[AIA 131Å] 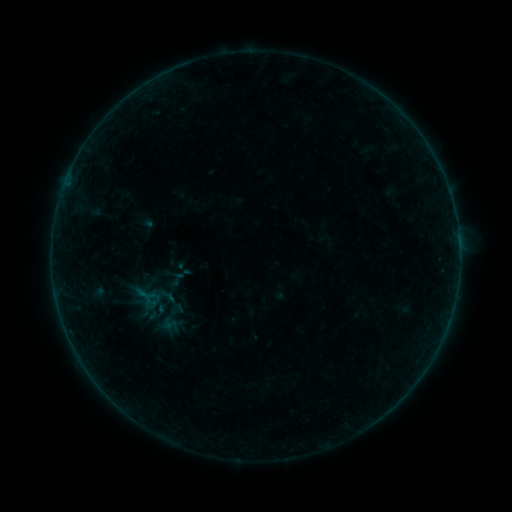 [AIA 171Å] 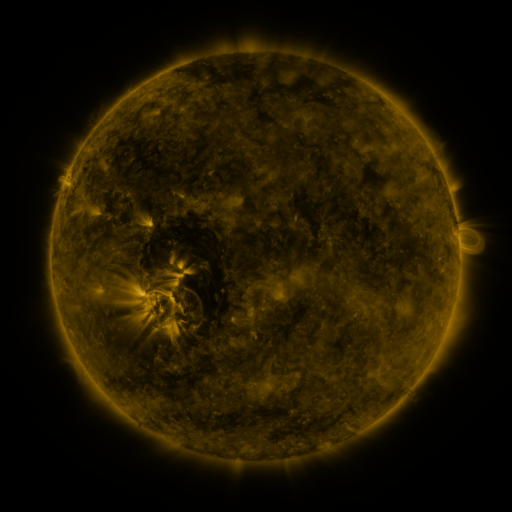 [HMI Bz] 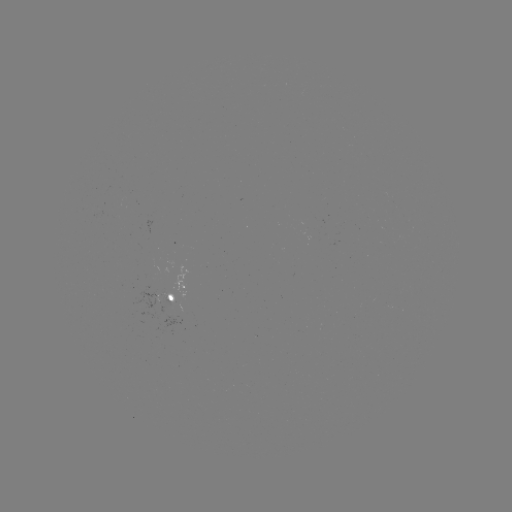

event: sigmoid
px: (171, 325)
